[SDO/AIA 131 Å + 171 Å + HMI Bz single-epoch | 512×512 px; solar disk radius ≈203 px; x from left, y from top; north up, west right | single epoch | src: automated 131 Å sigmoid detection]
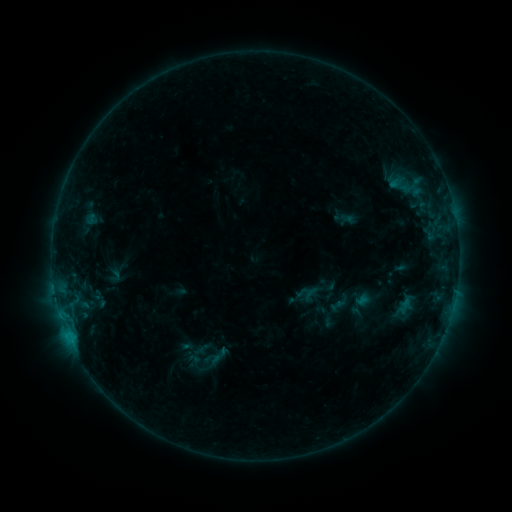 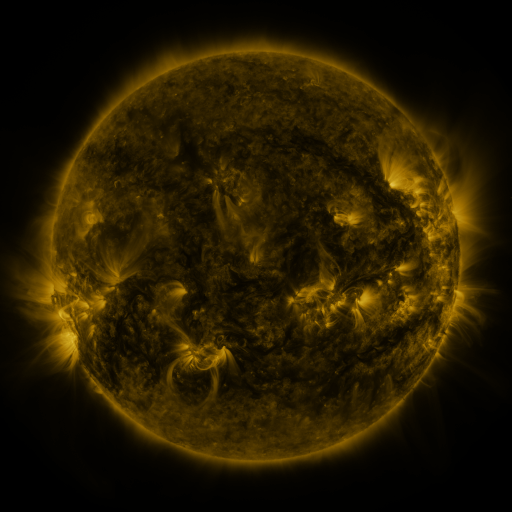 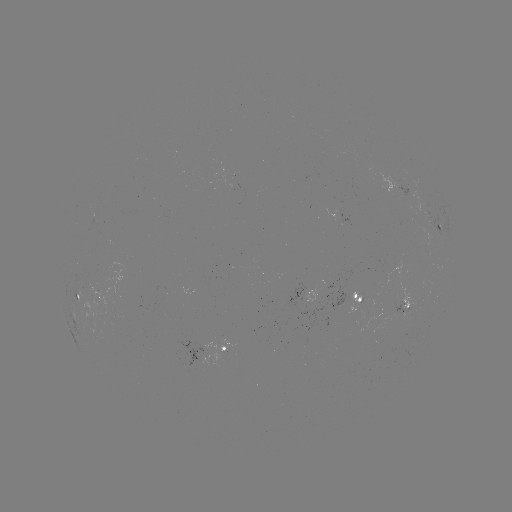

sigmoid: (203, 344, 233, 367)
